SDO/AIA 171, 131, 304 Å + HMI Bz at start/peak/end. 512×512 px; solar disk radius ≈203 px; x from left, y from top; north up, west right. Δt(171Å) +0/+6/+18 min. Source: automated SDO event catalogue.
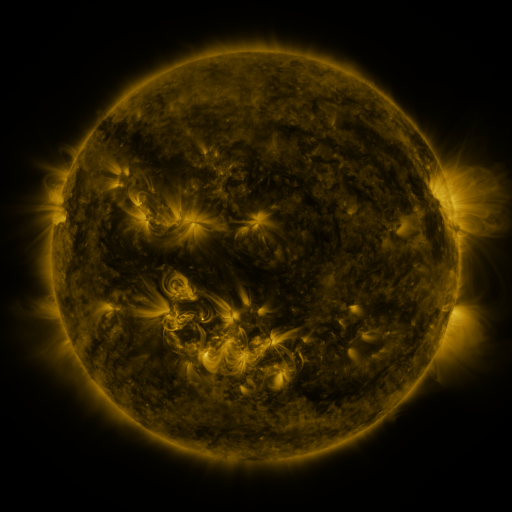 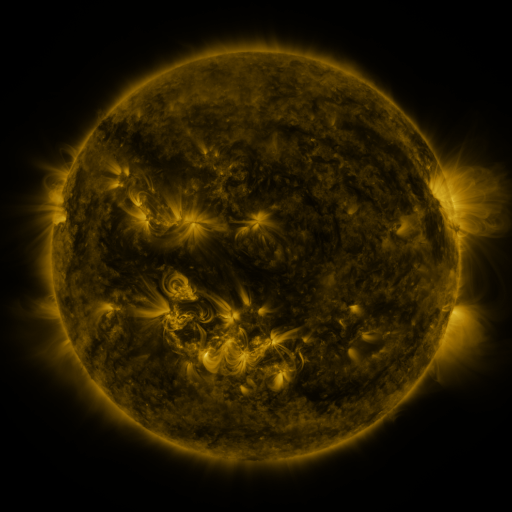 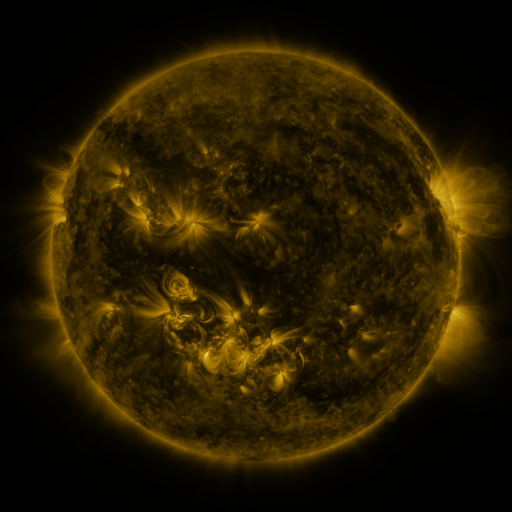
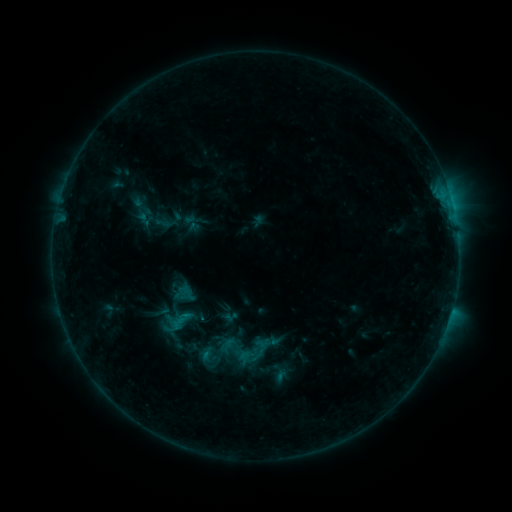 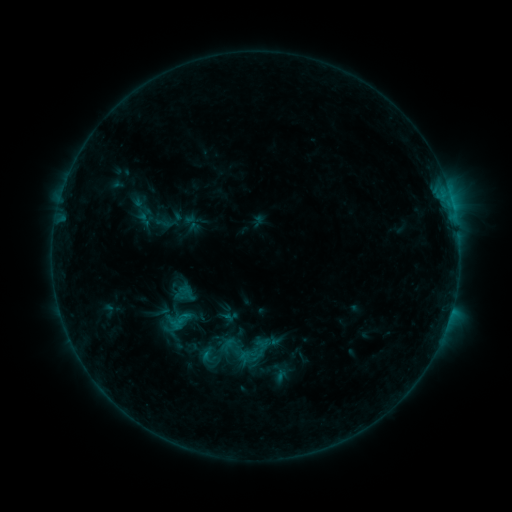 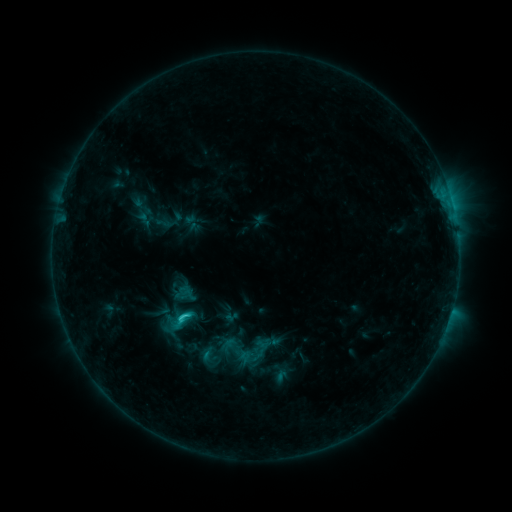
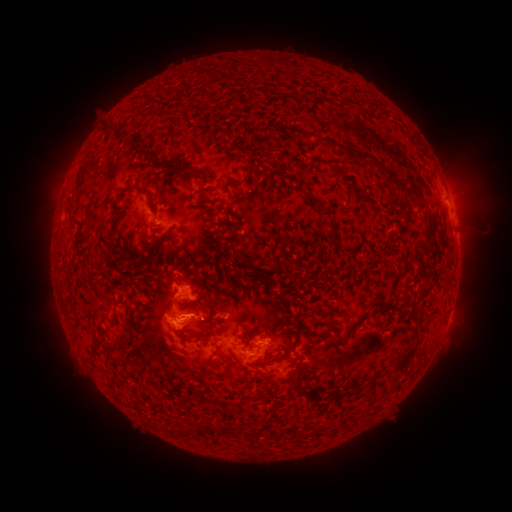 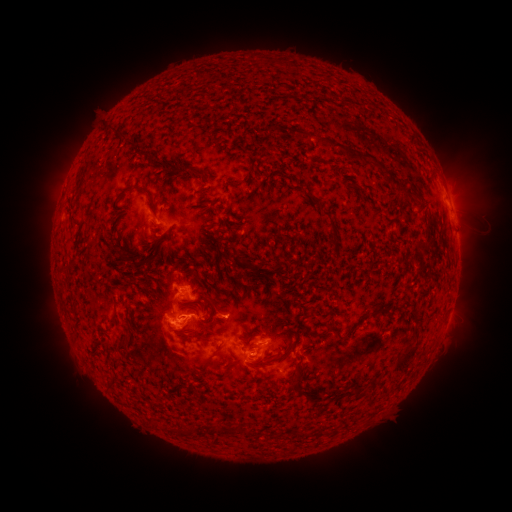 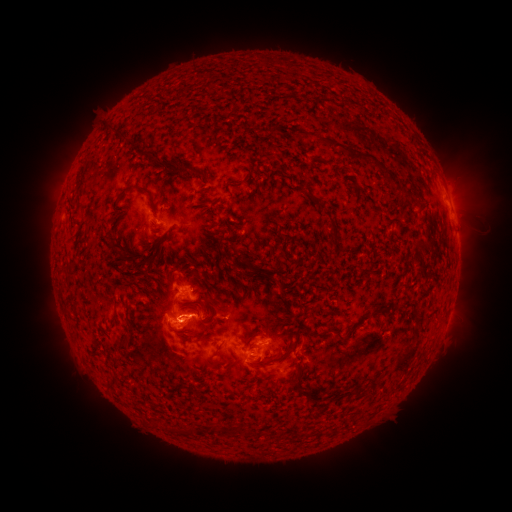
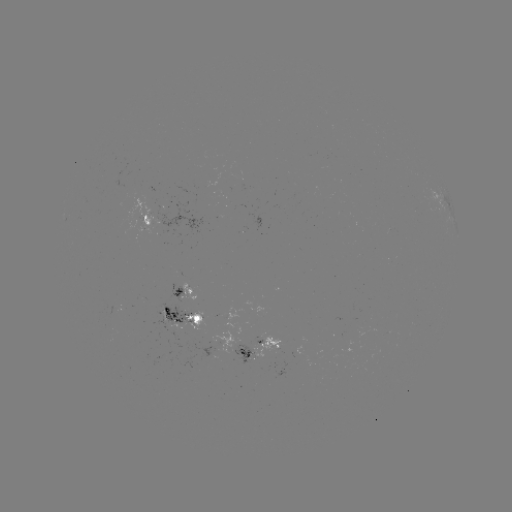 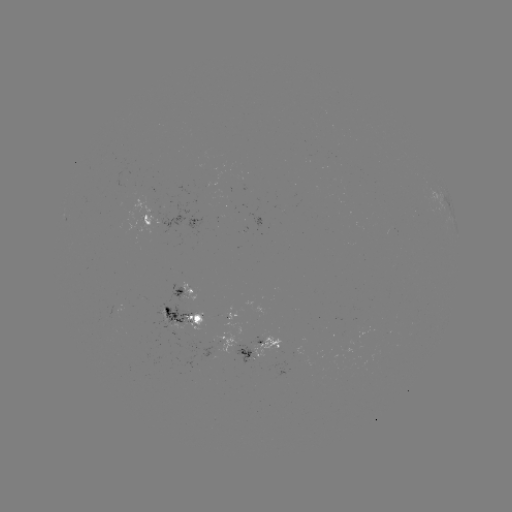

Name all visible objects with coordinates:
C2.7 flare: (453, 210)
